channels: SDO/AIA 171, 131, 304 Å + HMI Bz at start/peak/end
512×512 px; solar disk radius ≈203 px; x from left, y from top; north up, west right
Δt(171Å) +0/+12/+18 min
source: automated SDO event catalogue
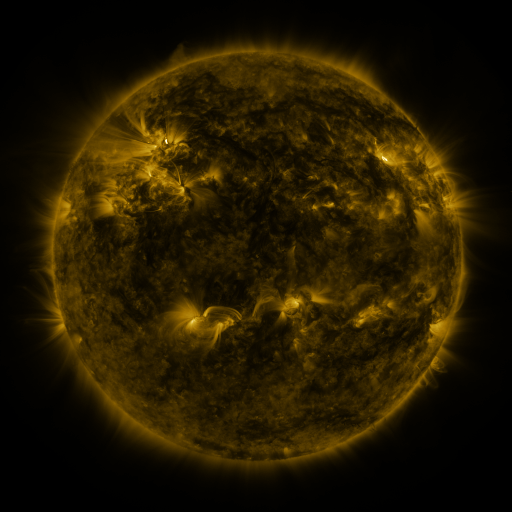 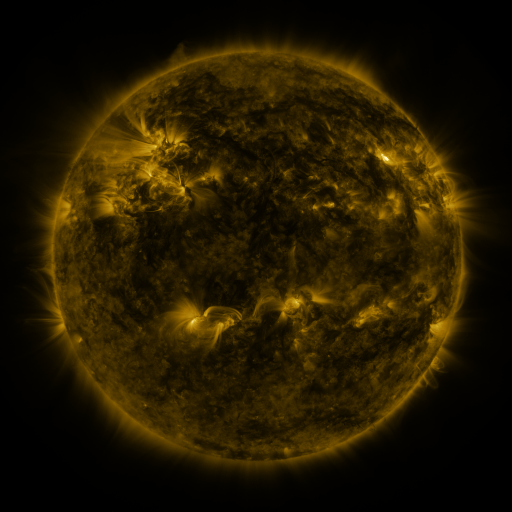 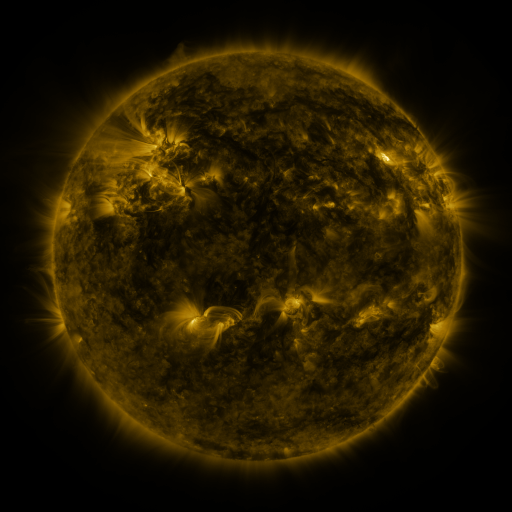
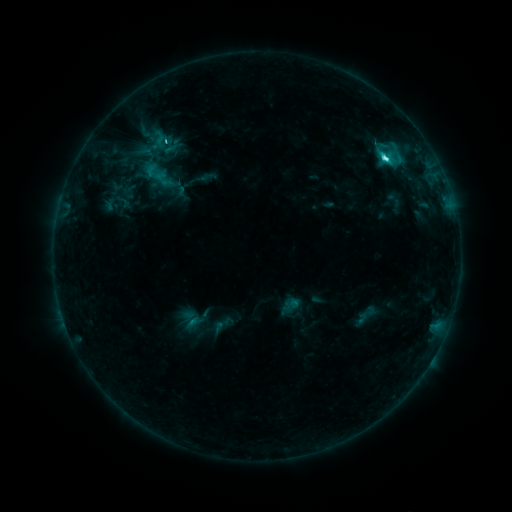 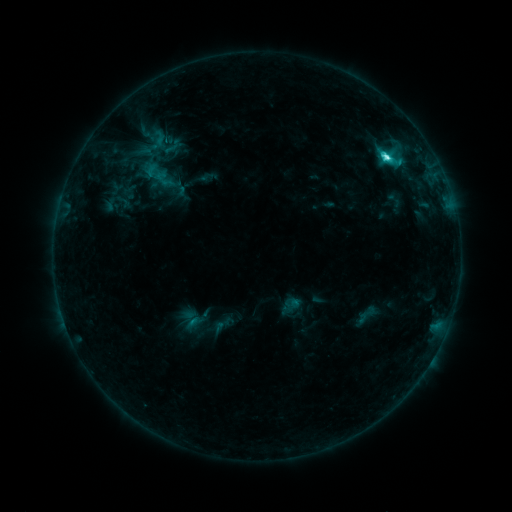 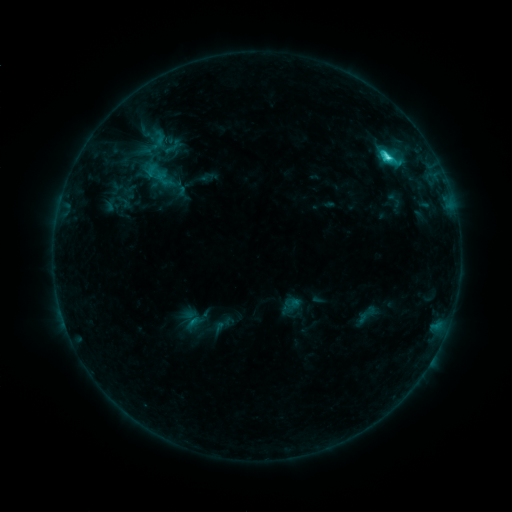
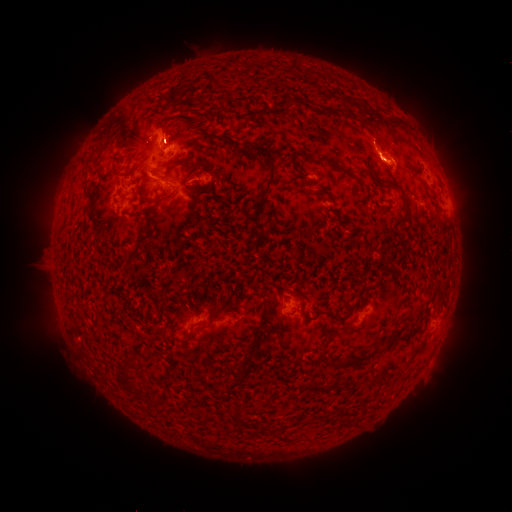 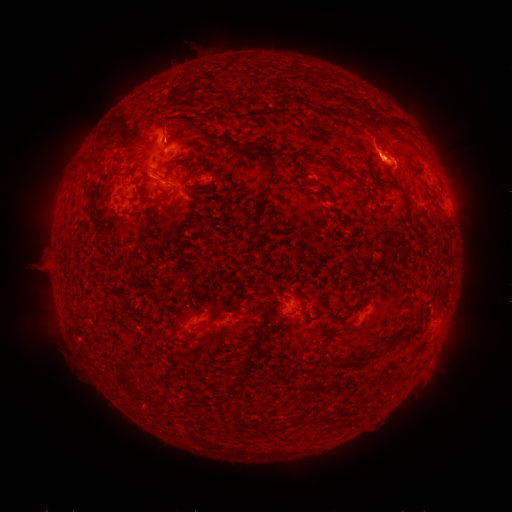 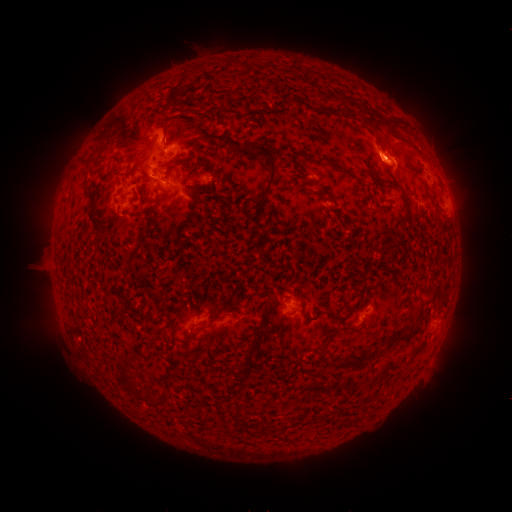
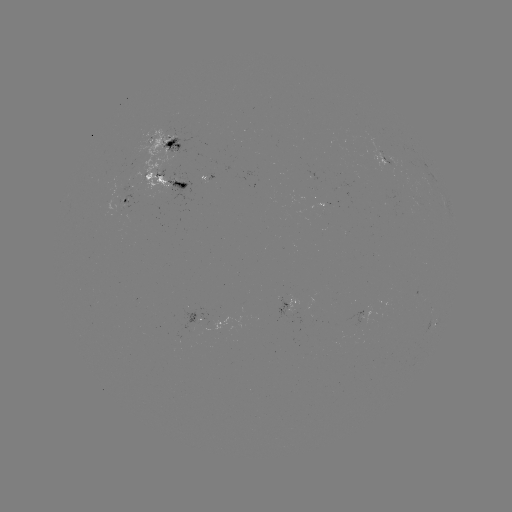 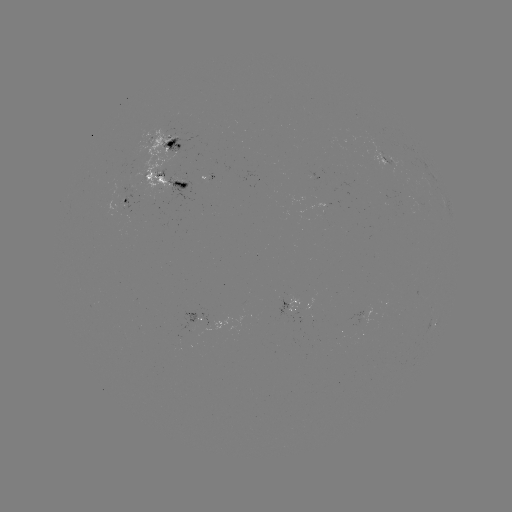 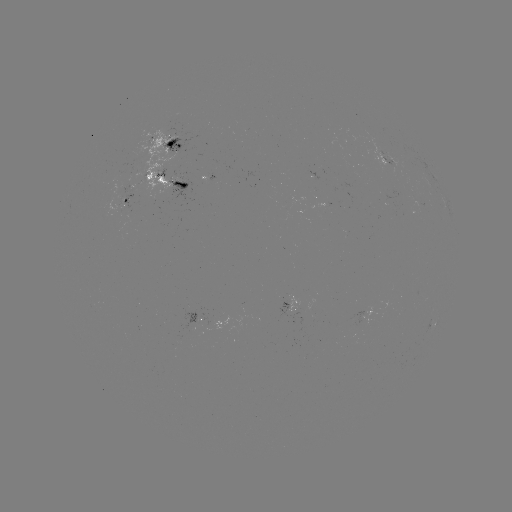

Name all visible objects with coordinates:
eruption: (398, 139)
